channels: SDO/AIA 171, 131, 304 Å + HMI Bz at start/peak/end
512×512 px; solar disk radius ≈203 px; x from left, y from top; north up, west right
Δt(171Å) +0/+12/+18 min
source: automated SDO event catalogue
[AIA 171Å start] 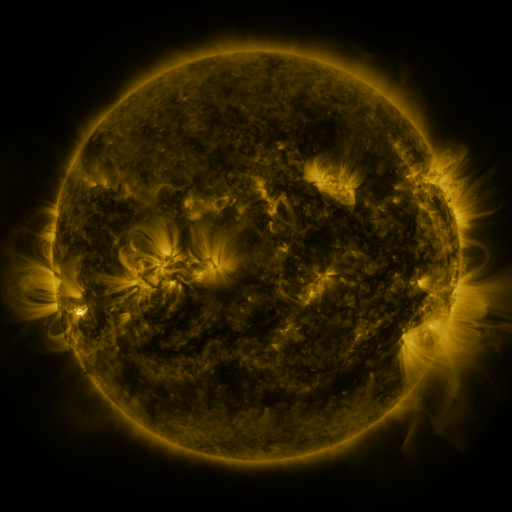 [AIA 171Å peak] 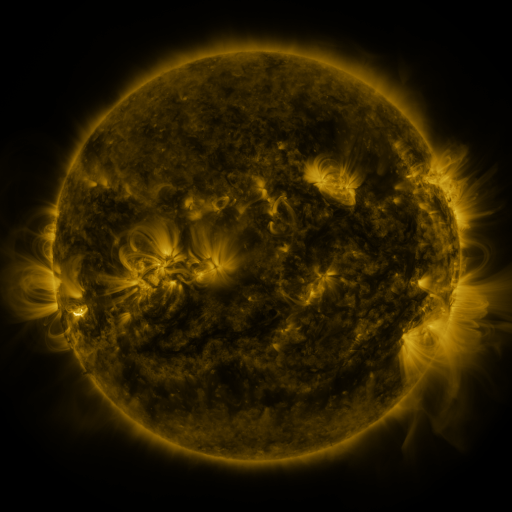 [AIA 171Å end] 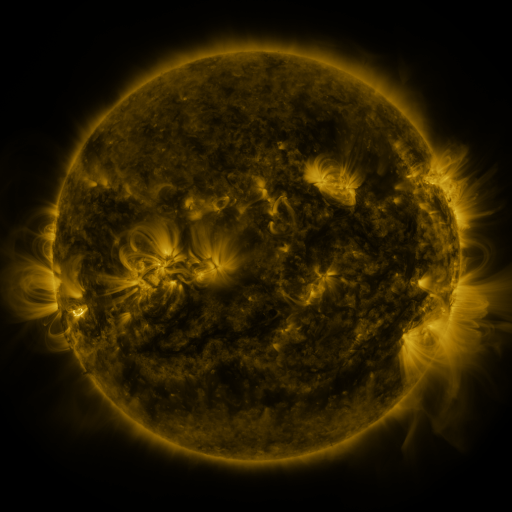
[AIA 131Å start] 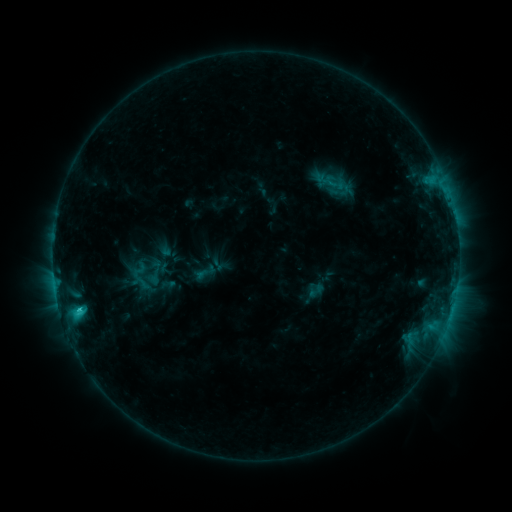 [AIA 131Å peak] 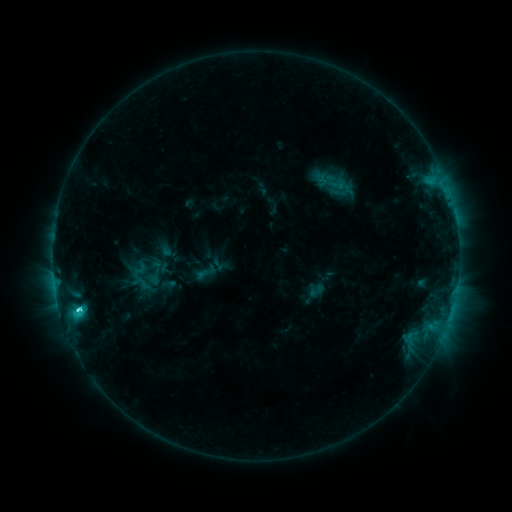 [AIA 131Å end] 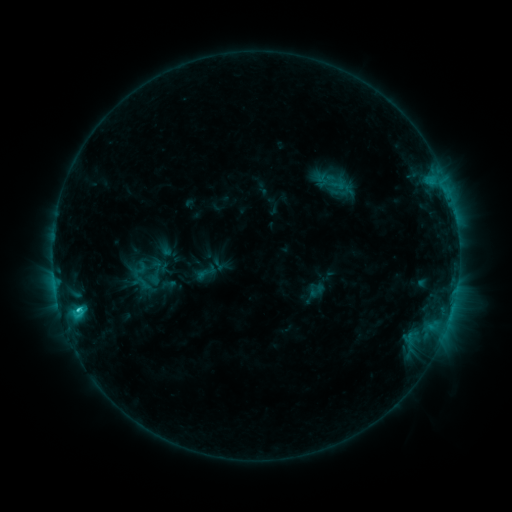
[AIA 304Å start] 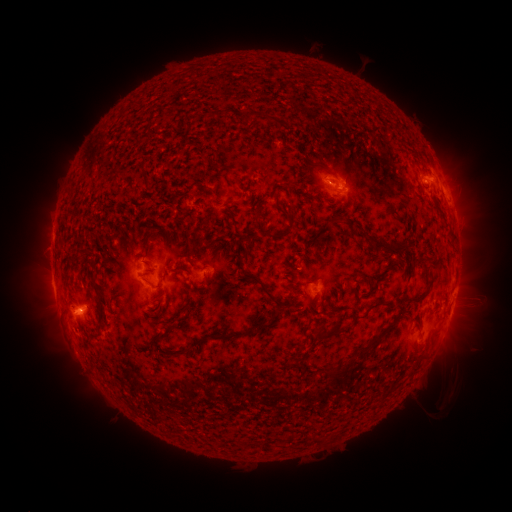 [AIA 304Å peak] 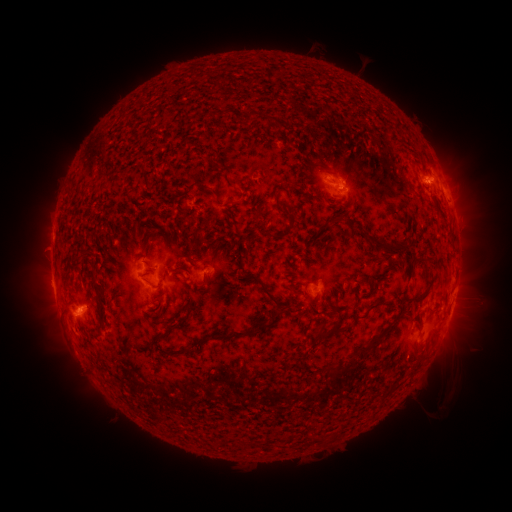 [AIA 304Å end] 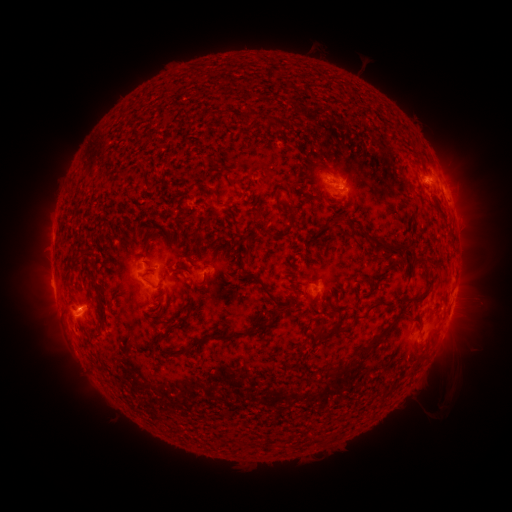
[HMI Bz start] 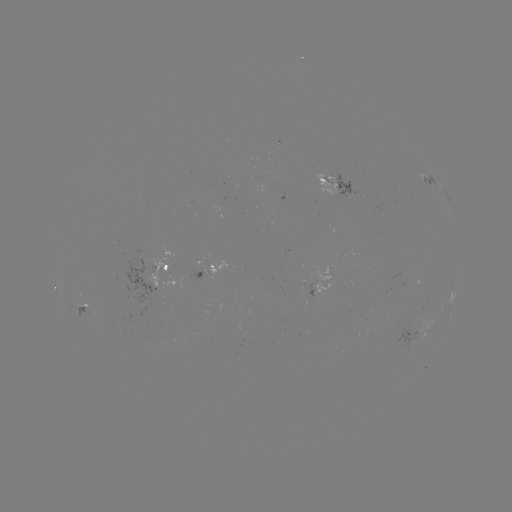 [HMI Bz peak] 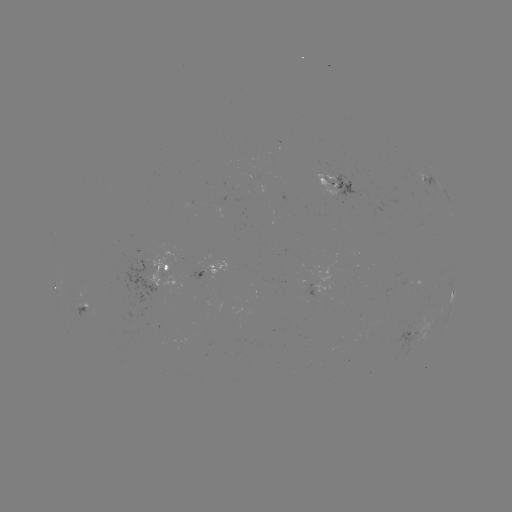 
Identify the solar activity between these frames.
C2.8 flare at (80, 308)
